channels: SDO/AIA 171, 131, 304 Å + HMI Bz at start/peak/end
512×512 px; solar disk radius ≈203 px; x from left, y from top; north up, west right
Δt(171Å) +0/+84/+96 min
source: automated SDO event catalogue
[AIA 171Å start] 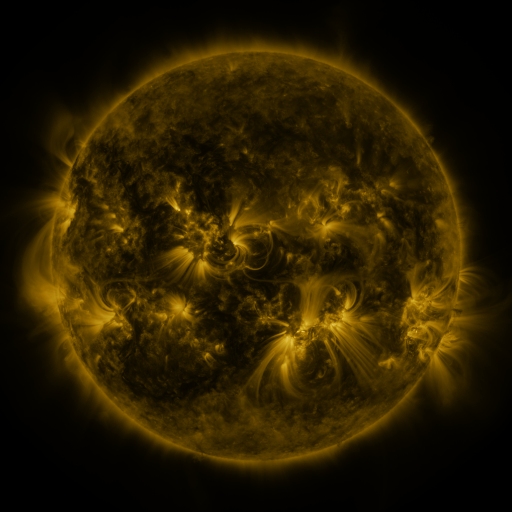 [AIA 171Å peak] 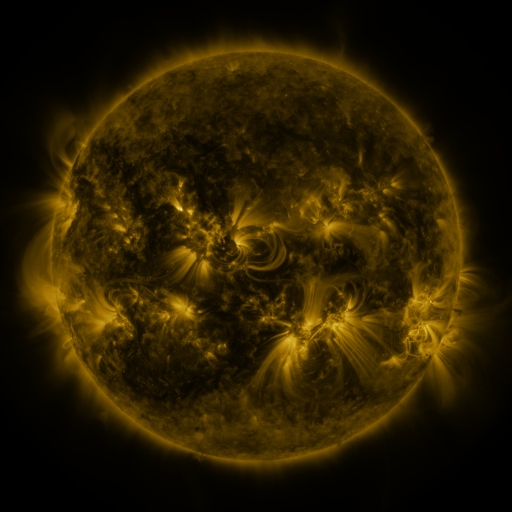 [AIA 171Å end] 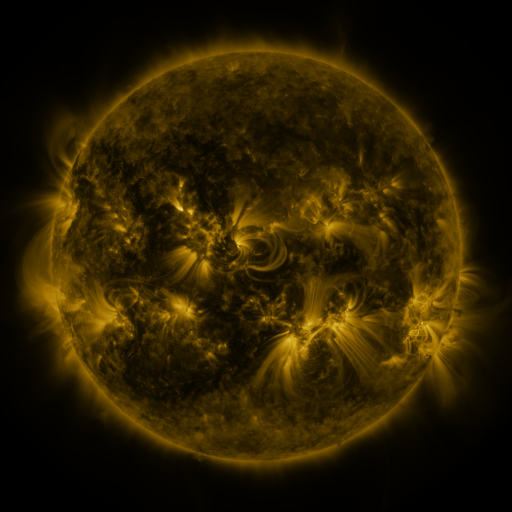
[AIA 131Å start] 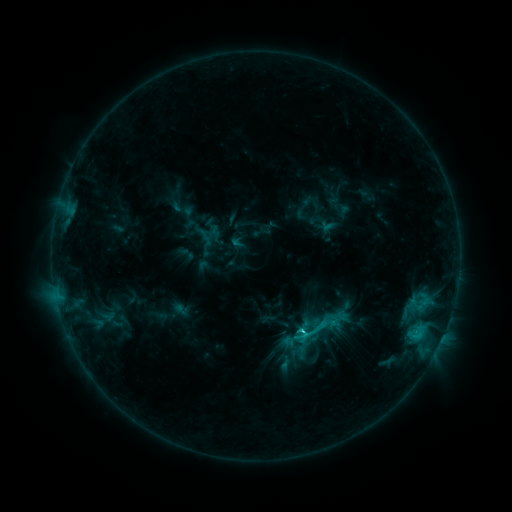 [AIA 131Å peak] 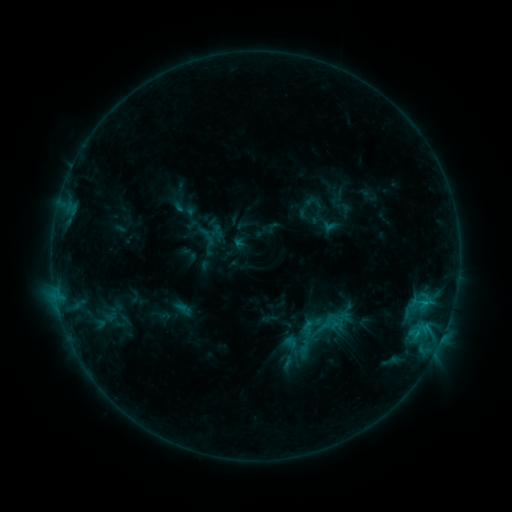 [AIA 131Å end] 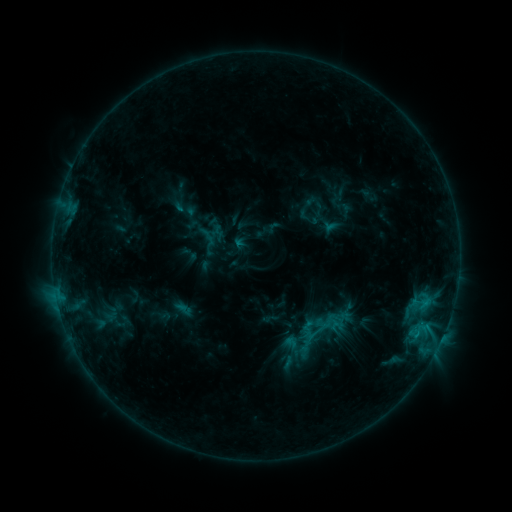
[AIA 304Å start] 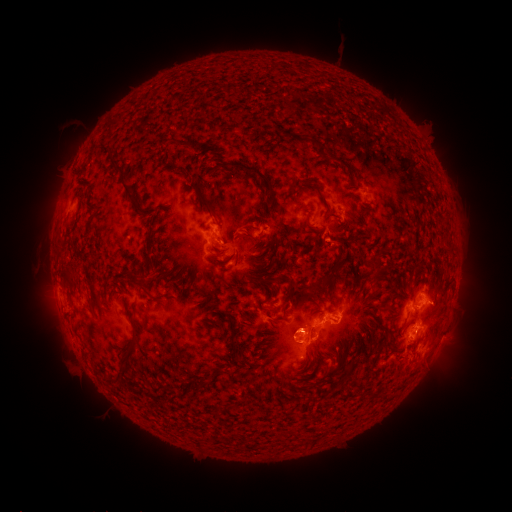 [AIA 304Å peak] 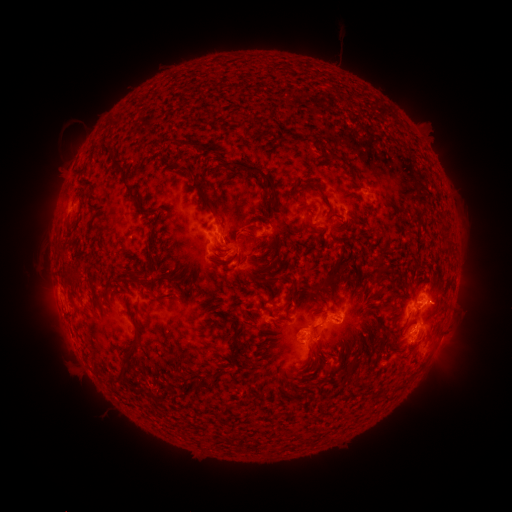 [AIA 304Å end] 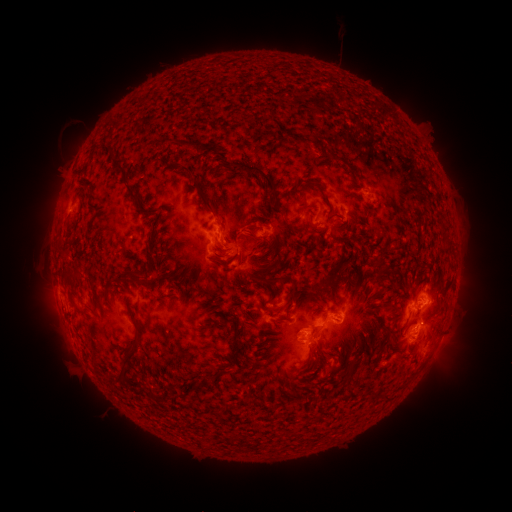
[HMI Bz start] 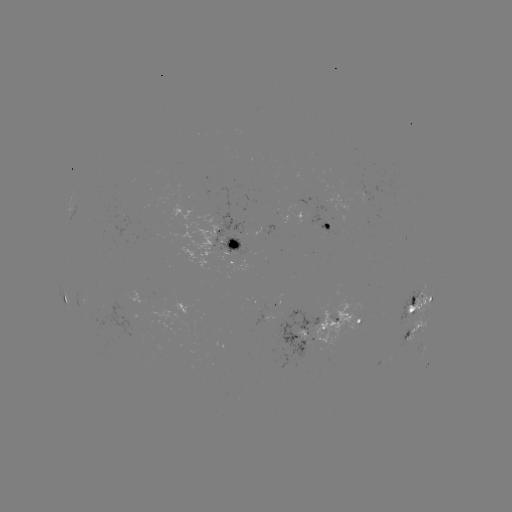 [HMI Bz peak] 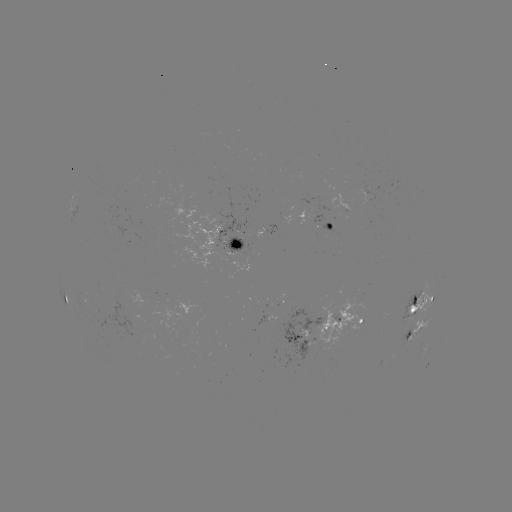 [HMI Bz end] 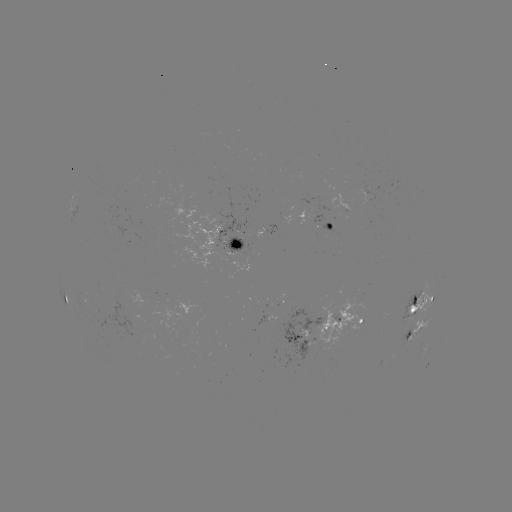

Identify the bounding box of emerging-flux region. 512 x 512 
[320, 223, 332, 239].